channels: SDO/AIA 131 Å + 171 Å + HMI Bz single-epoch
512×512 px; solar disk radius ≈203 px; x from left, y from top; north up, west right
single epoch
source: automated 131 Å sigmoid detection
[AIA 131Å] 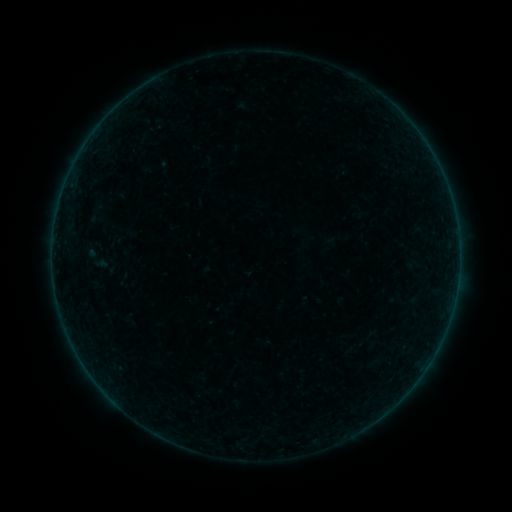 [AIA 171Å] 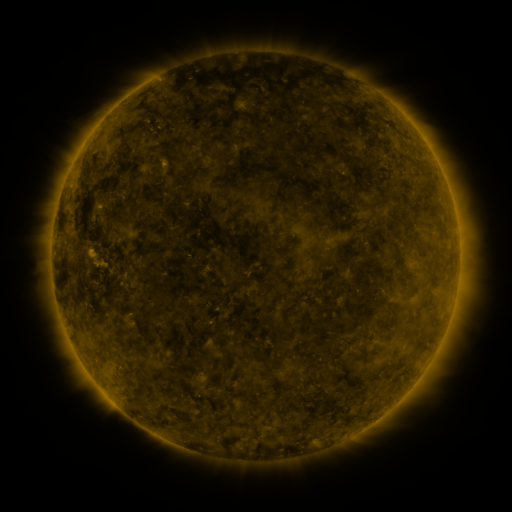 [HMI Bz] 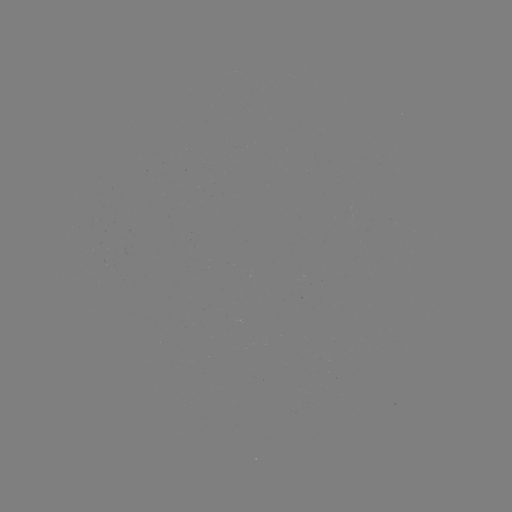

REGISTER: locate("sigmoid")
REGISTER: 97,258